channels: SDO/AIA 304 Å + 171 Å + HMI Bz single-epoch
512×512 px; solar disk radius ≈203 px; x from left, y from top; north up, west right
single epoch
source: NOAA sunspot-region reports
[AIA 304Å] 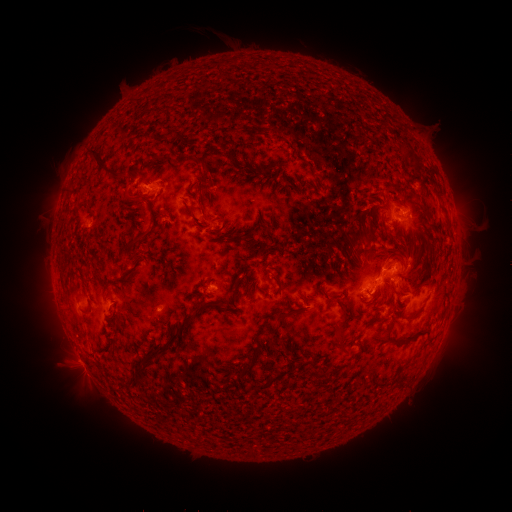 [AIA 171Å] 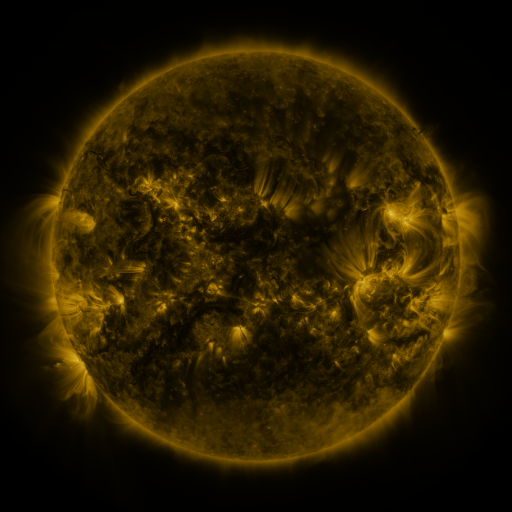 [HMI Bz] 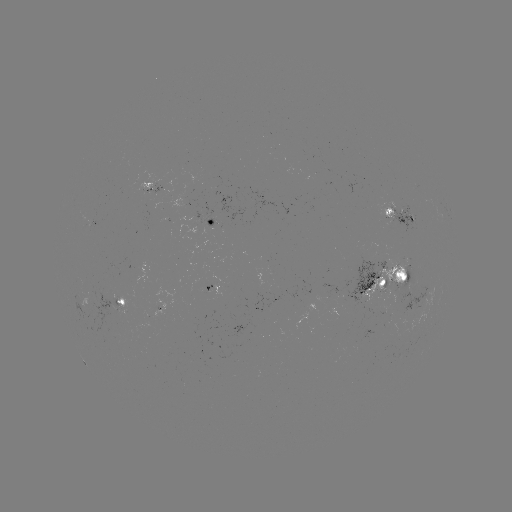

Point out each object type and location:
spotted active region: (155, 187)
spotted active region: (400, 214)
spotted active region: (210, 220)
spotted active region: (393, 277)
spotted active region: (214, 287)
spotted active region: (122, 301)
